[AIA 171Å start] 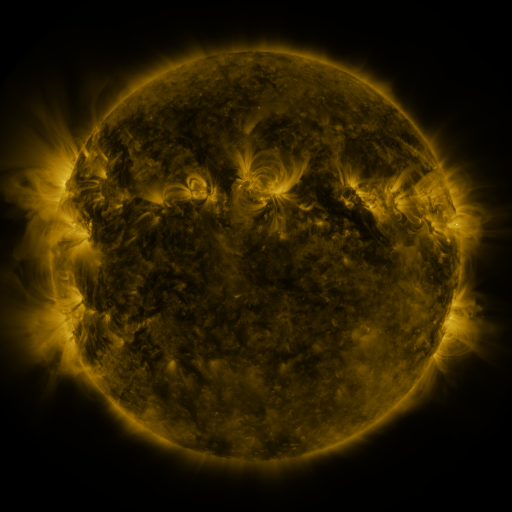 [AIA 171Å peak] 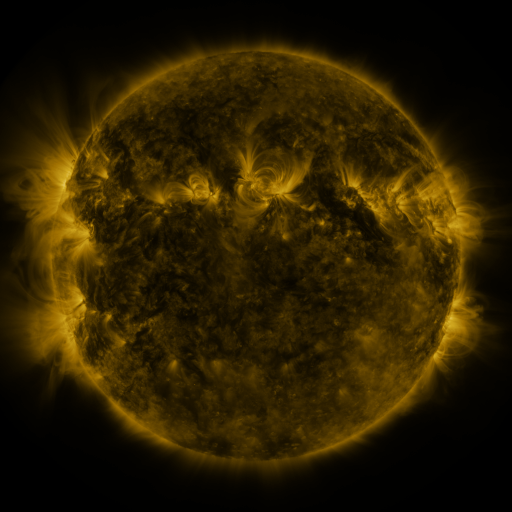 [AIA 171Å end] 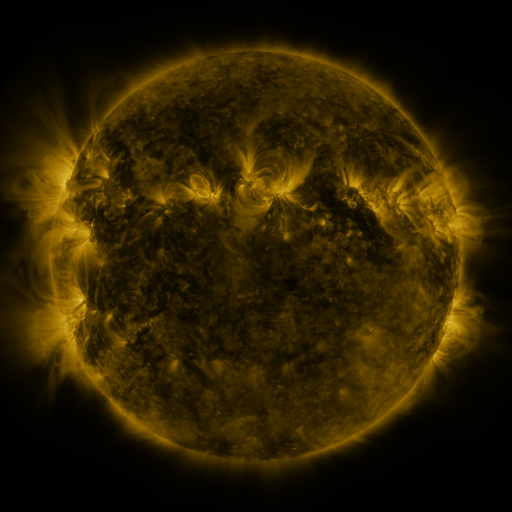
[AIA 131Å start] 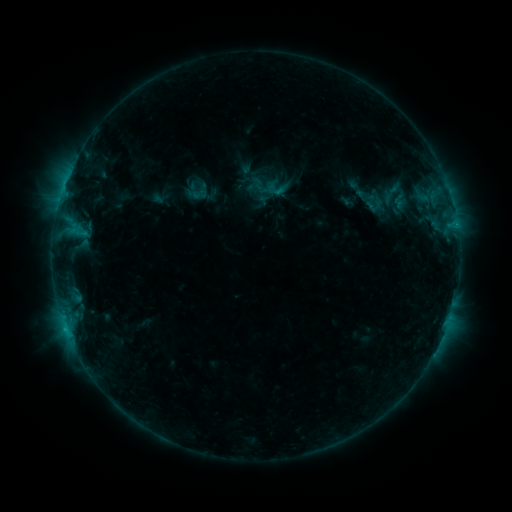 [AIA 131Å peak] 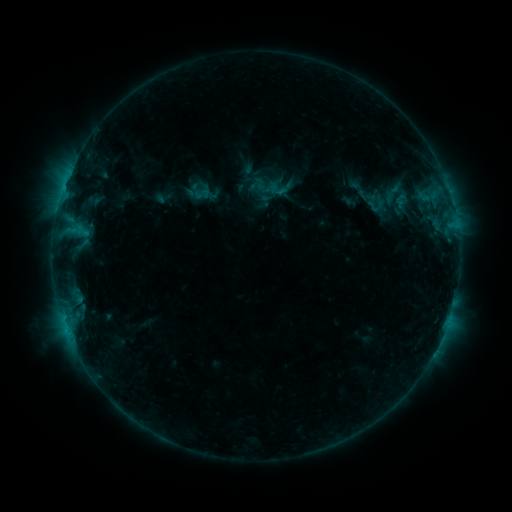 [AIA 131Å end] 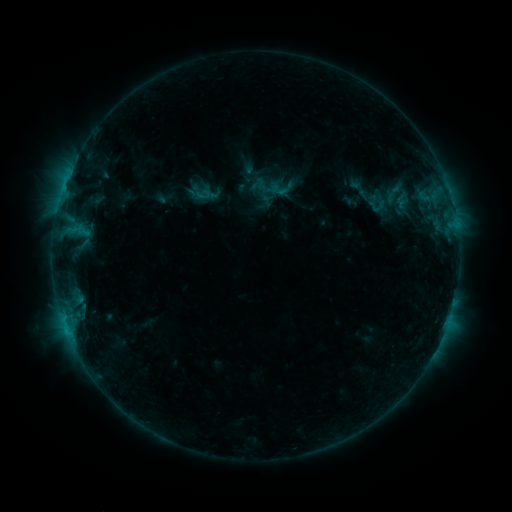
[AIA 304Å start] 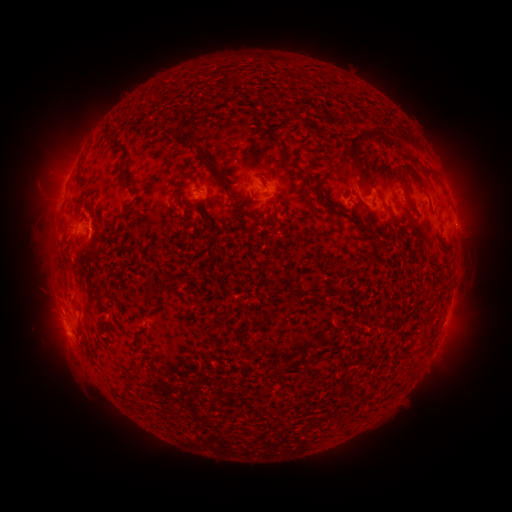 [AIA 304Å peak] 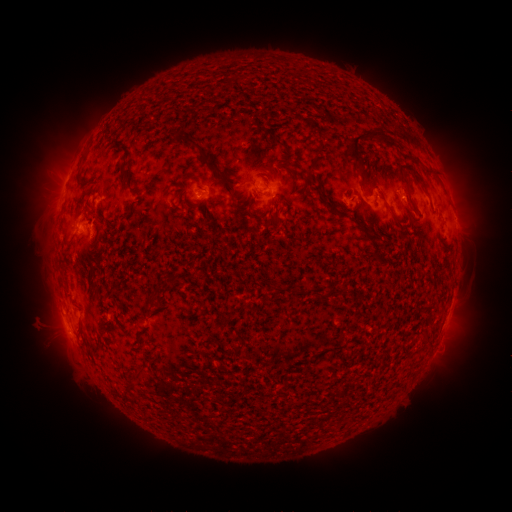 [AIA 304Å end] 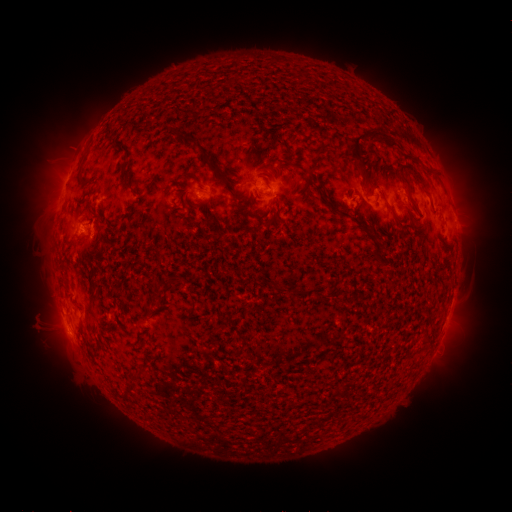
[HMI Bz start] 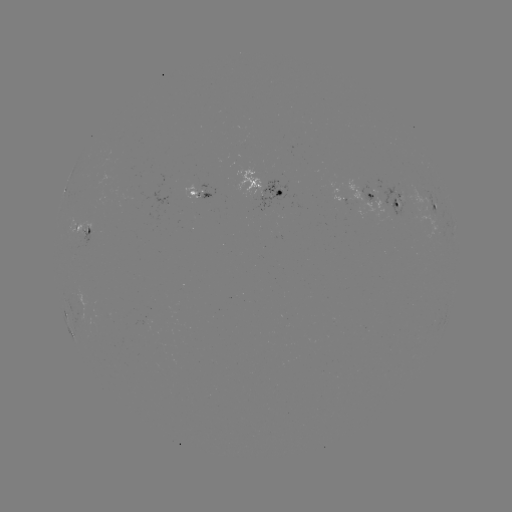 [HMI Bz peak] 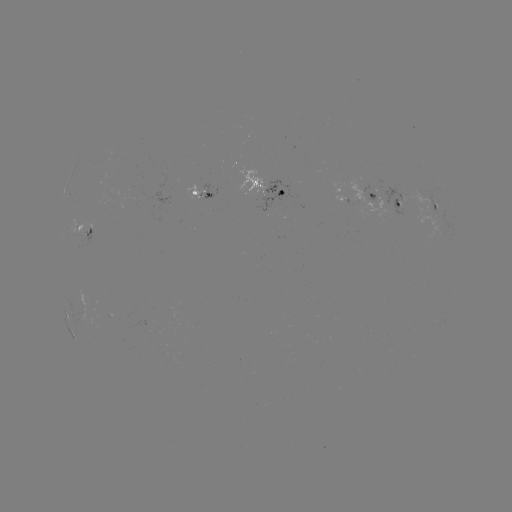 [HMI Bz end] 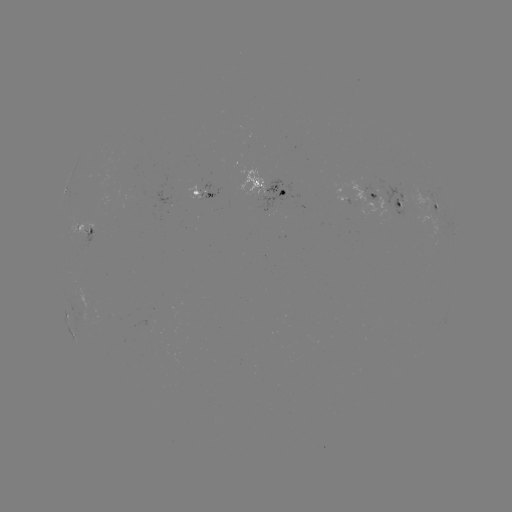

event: emerging-flux region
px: (375, 199)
